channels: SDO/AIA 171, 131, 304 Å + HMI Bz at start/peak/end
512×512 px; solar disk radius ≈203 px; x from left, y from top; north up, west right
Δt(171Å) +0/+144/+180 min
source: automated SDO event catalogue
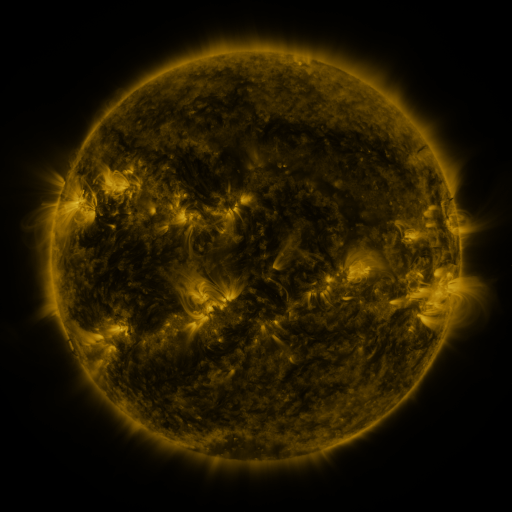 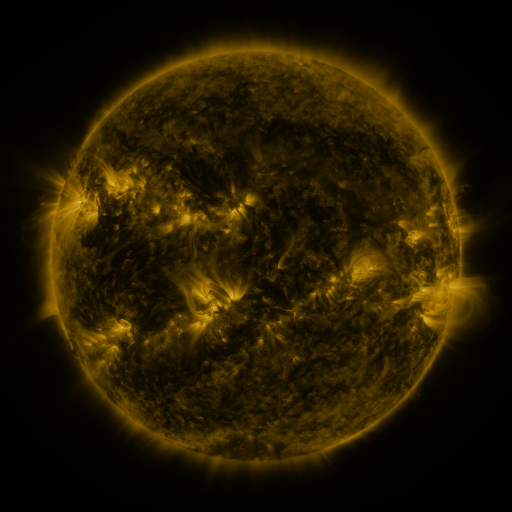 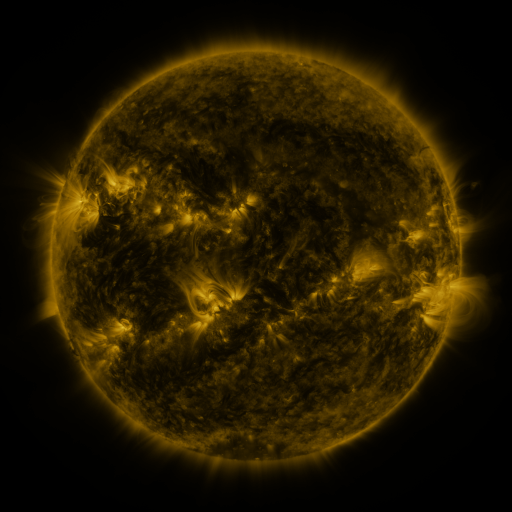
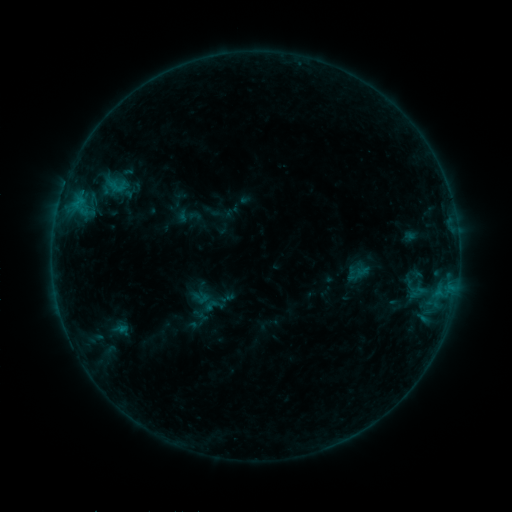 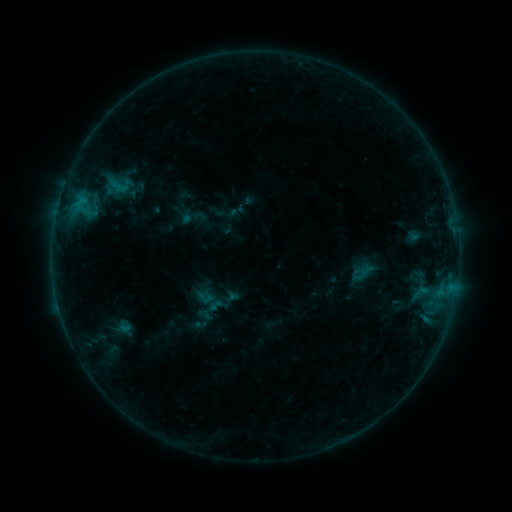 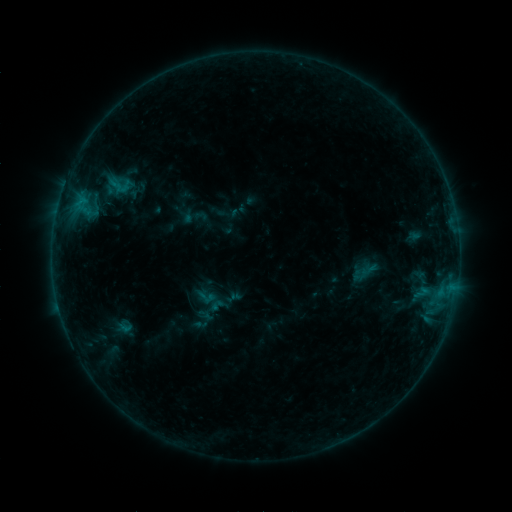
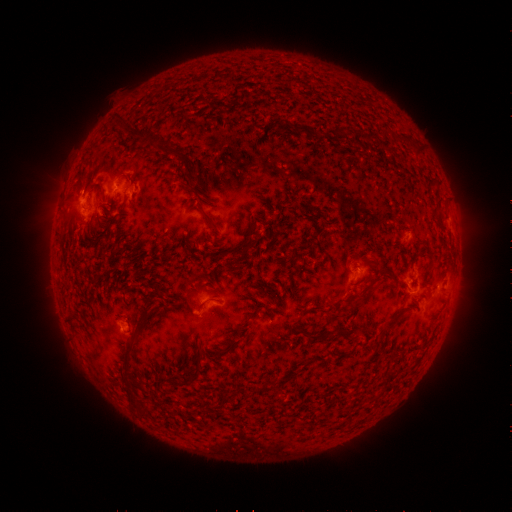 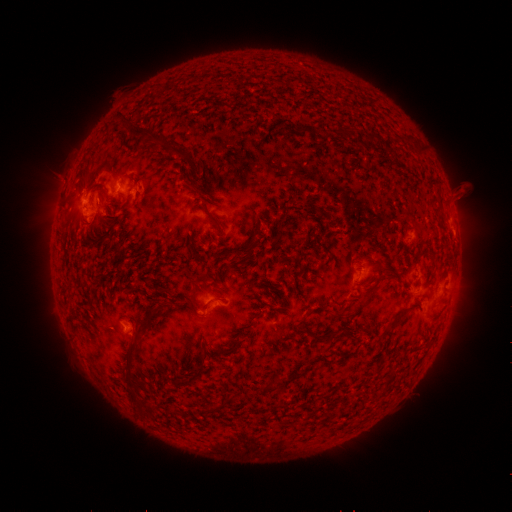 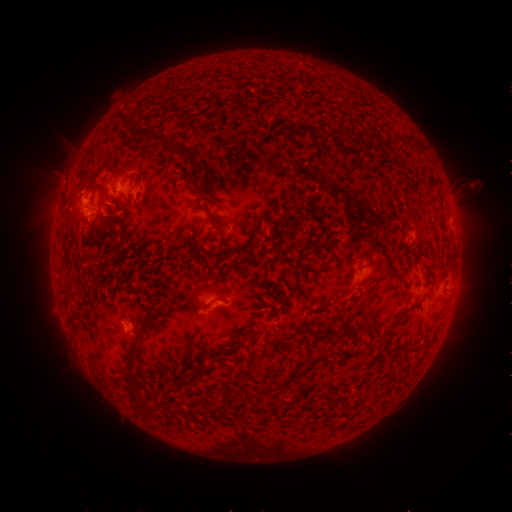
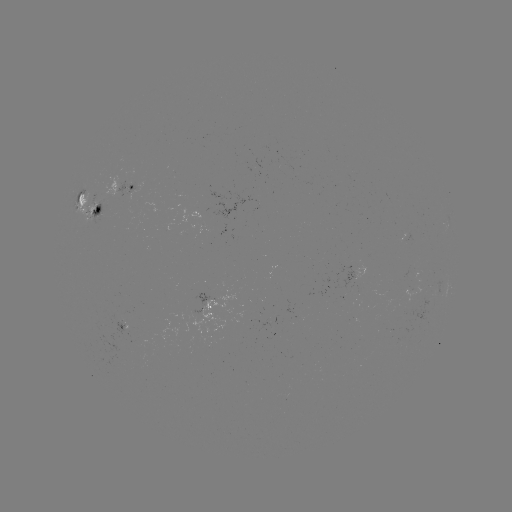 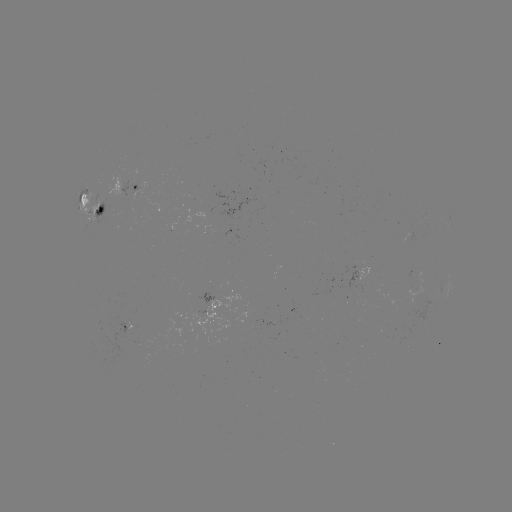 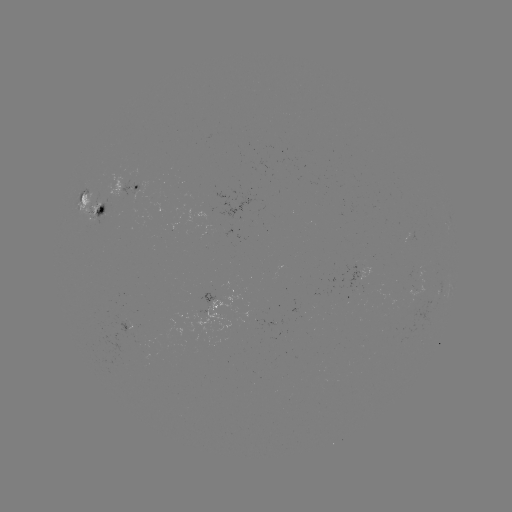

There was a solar emerging-flux region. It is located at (418, 272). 